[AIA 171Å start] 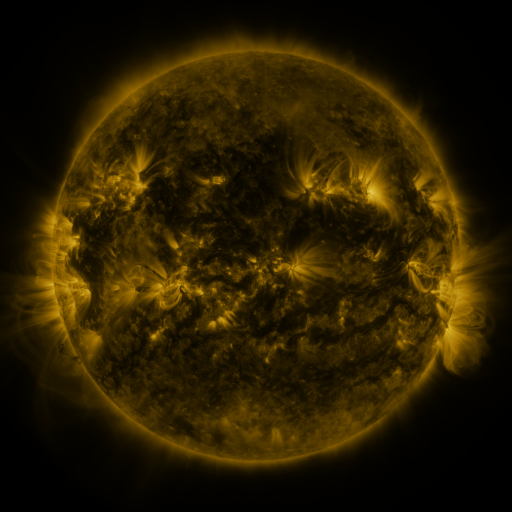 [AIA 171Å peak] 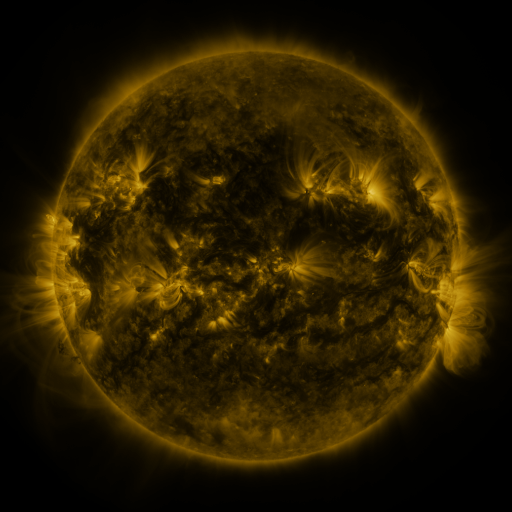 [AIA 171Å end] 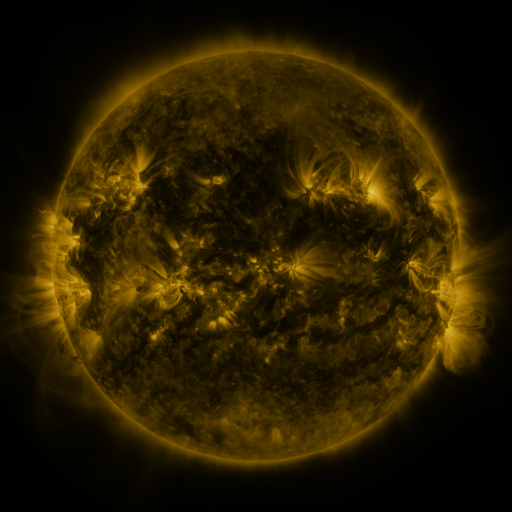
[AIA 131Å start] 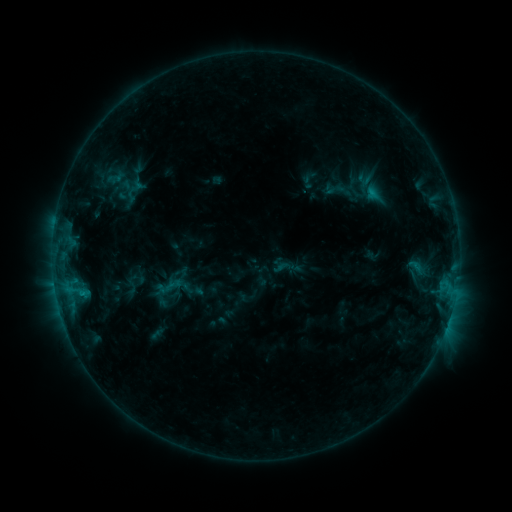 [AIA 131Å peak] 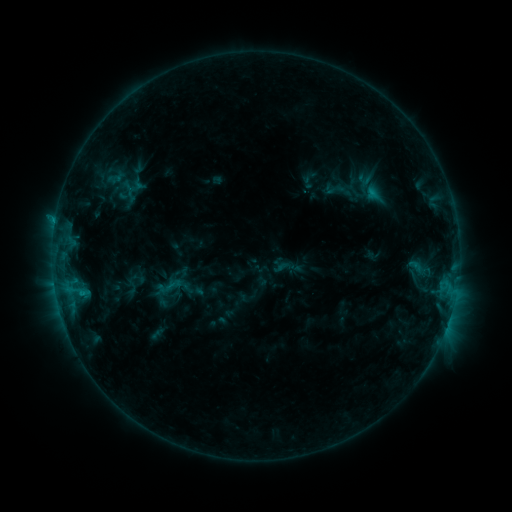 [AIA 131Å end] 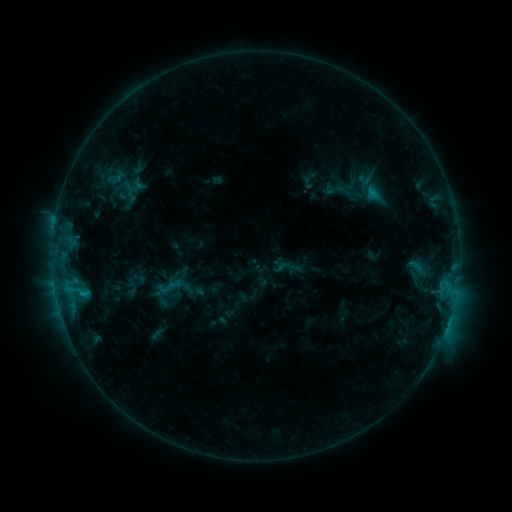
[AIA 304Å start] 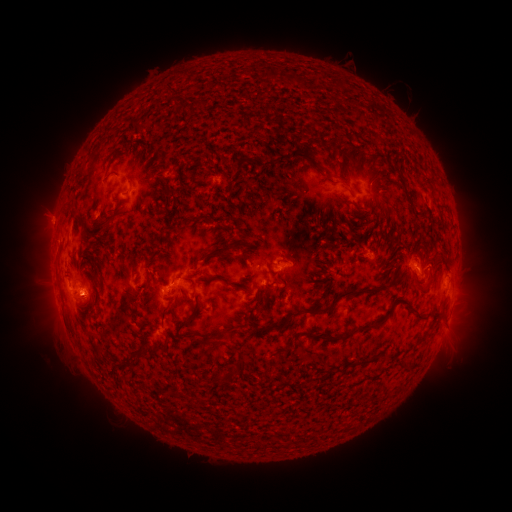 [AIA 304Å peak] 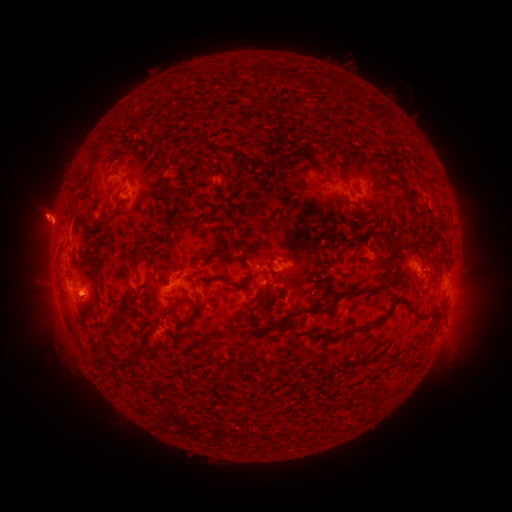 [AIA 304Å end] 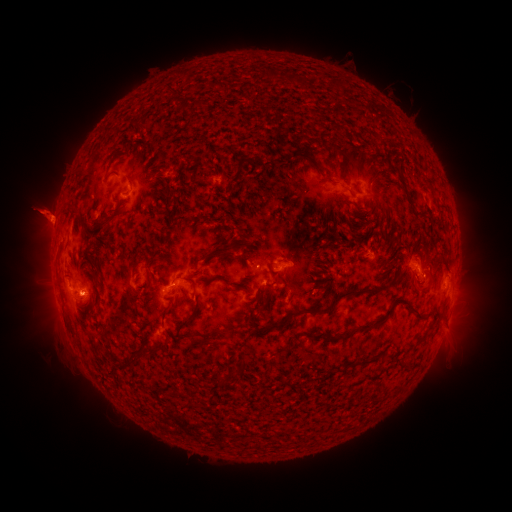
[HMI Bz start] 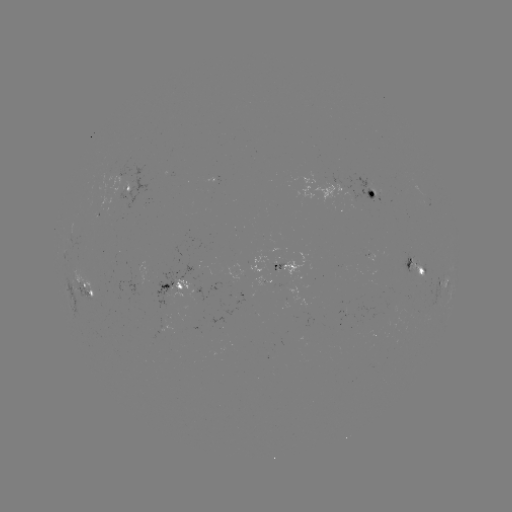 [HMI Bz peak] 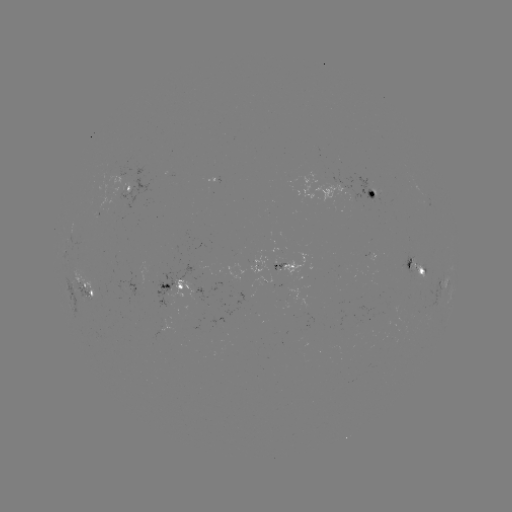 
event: eruption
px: (42, 214)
